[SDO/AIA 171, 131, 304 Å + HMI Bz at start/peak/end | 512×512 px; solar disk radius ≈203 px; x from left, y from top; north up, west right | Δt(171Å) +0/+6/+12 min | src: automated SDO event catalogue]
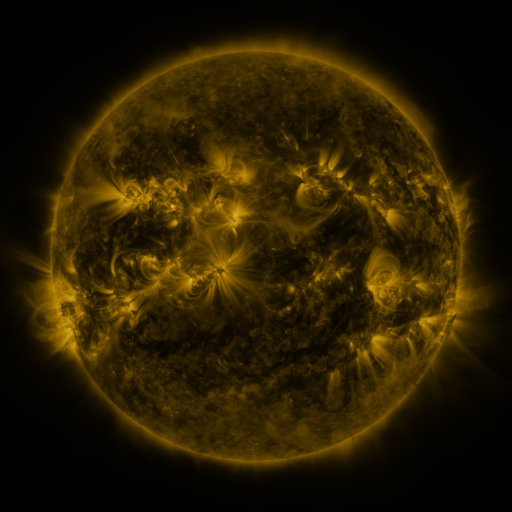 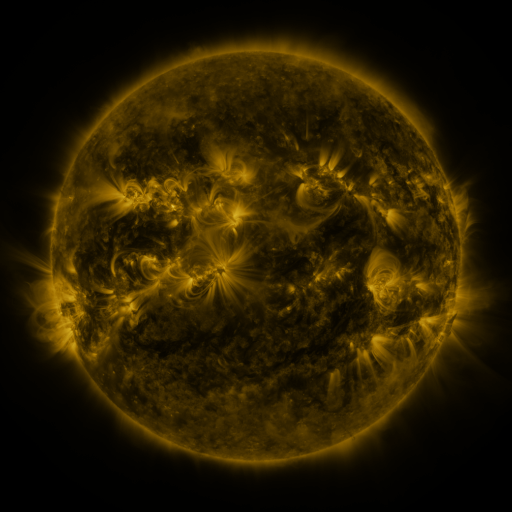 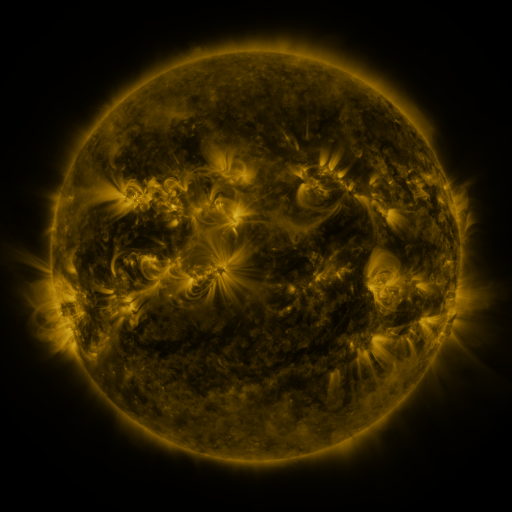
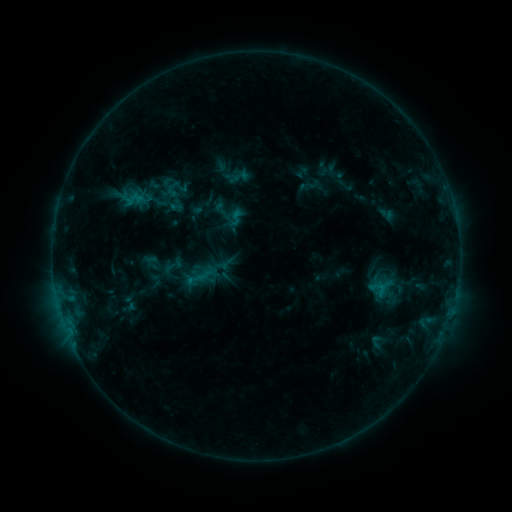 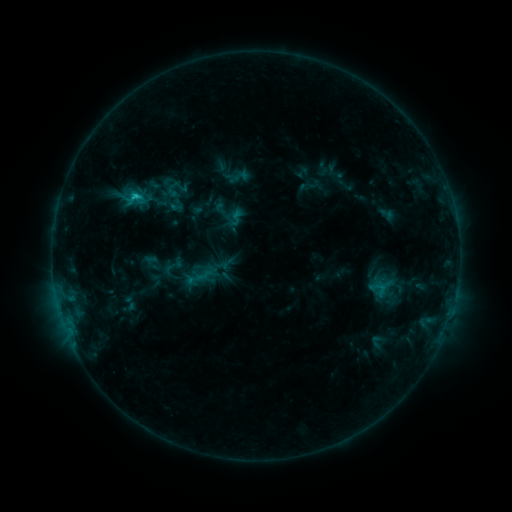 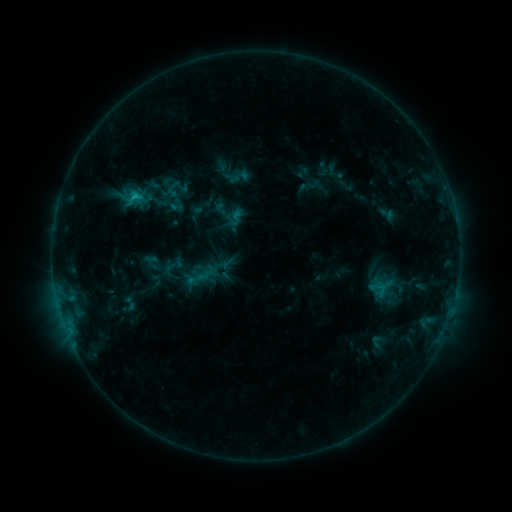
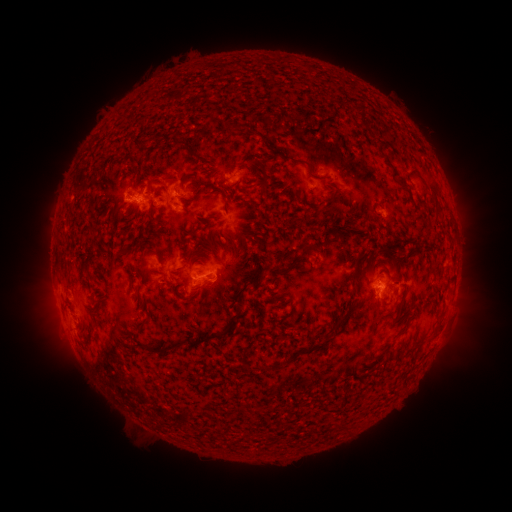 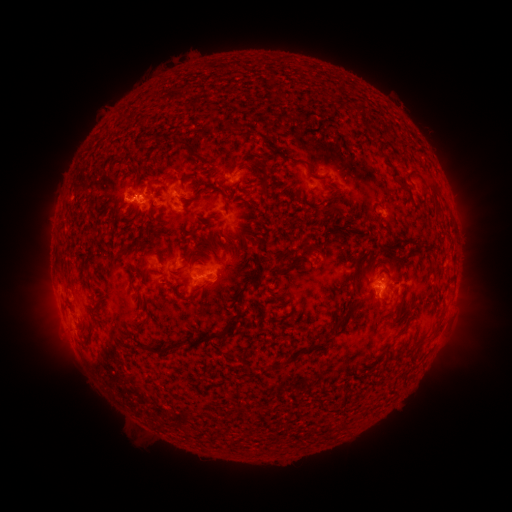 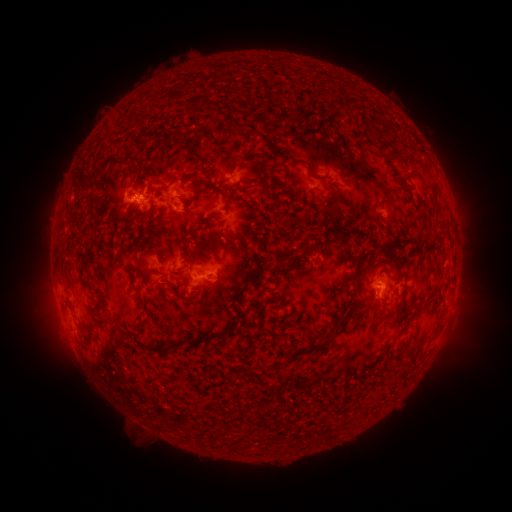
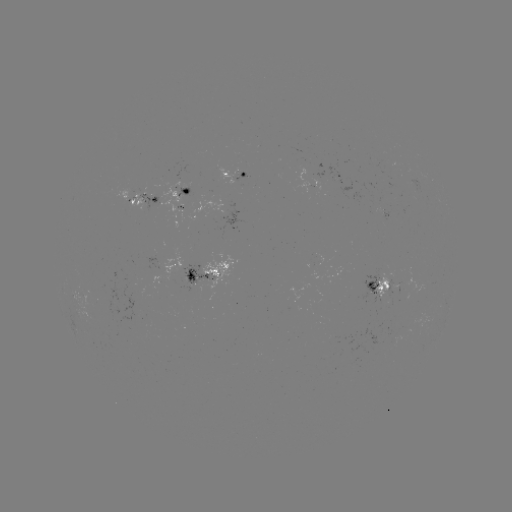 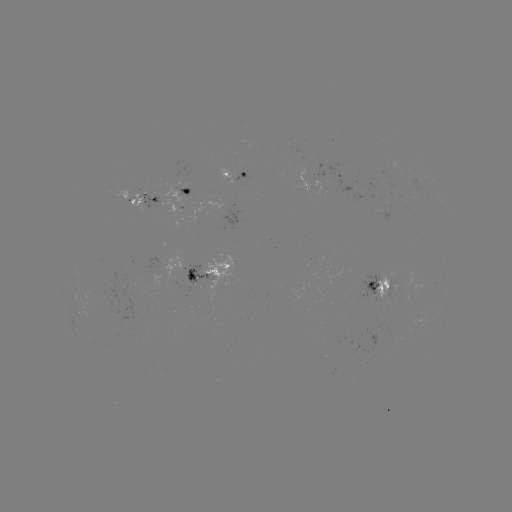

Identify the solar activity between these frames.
C1.1 flare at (135, 199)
